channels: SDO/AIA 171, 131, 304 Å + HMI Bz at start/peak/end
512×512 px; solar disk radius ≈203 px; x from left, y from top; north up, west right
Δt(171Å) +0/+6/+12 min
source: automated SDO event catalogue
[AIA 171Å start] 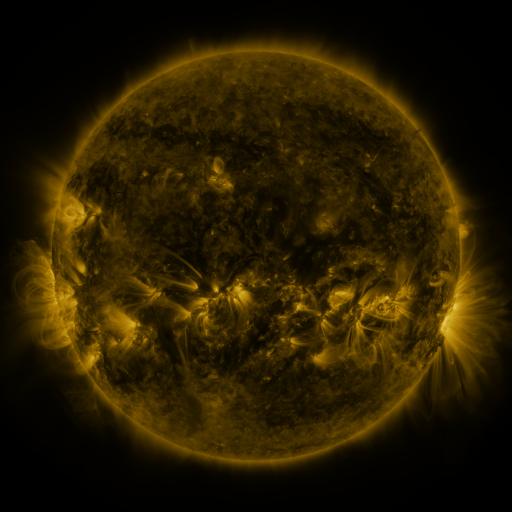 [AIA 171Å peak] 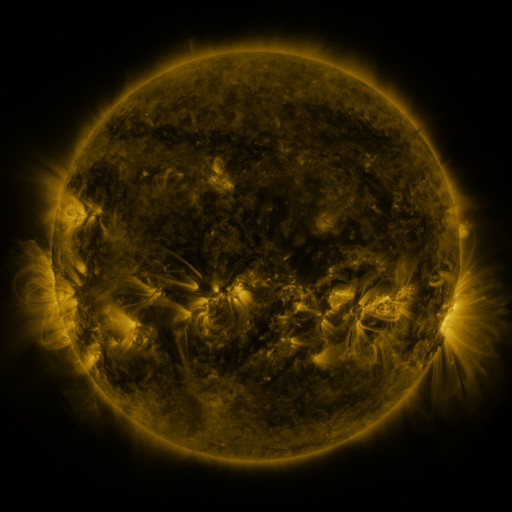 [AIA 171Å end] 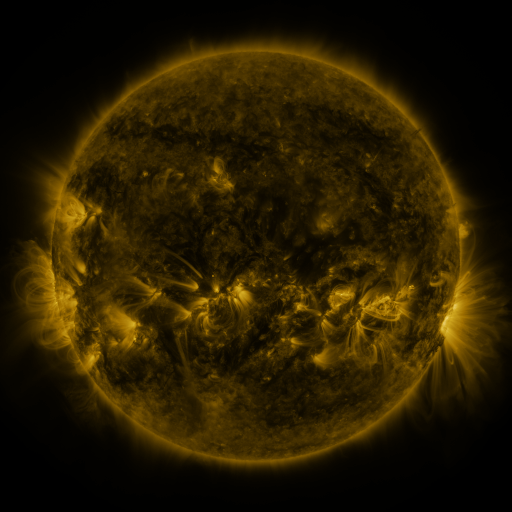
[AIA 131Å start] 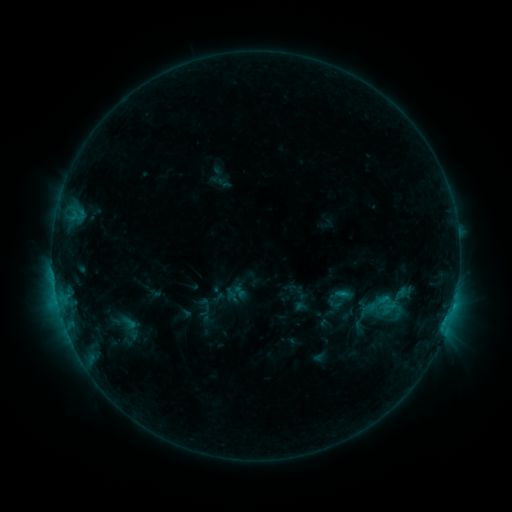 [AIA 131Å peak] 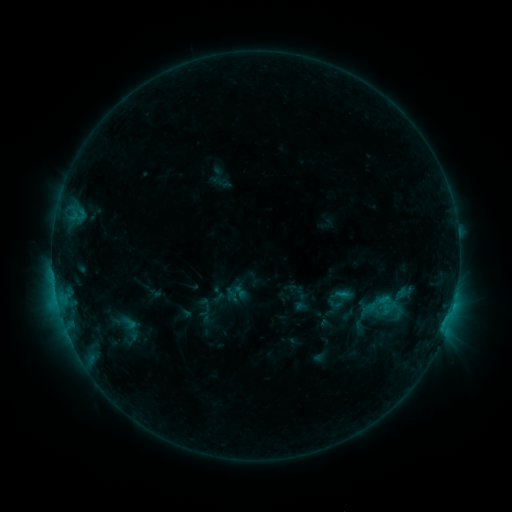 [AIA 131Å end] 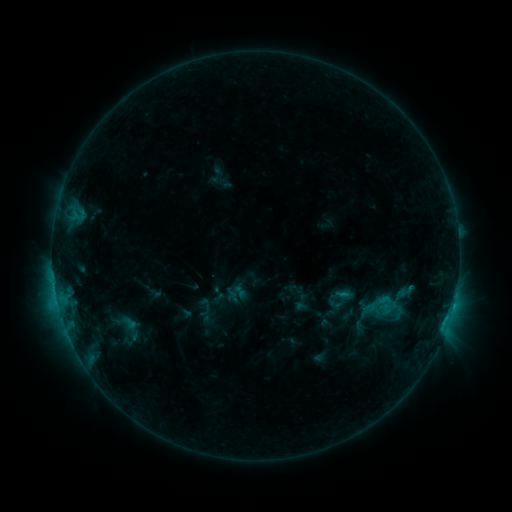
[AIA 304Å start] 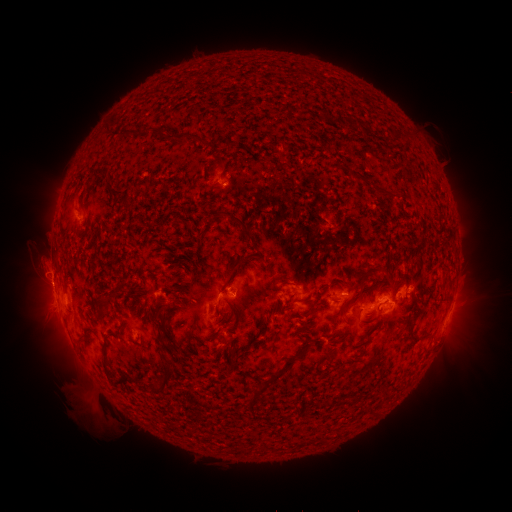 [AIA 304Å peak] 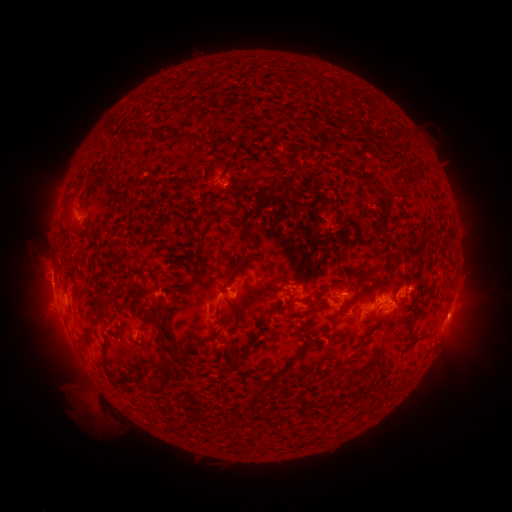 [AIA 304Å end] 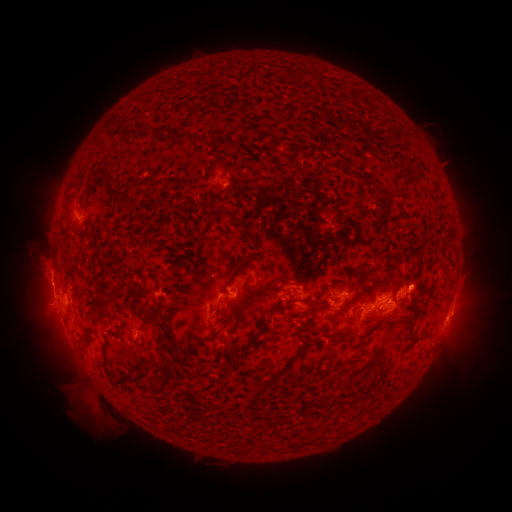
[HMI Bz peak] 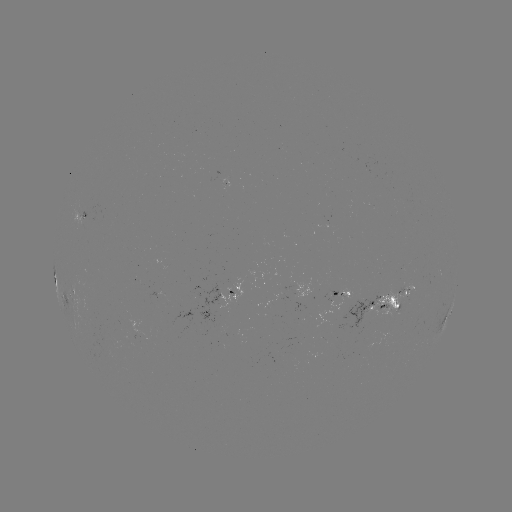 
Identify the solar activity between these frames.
eruption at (461, 314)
